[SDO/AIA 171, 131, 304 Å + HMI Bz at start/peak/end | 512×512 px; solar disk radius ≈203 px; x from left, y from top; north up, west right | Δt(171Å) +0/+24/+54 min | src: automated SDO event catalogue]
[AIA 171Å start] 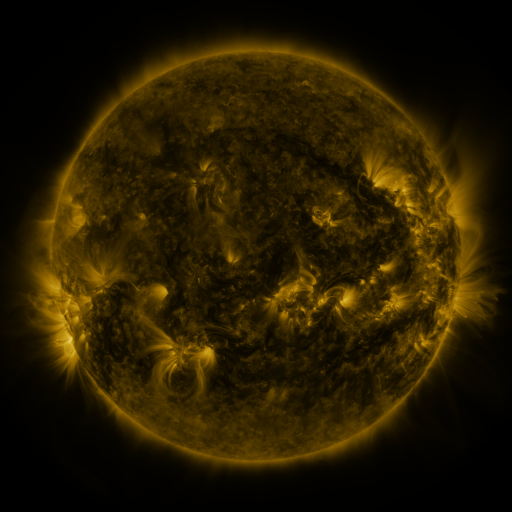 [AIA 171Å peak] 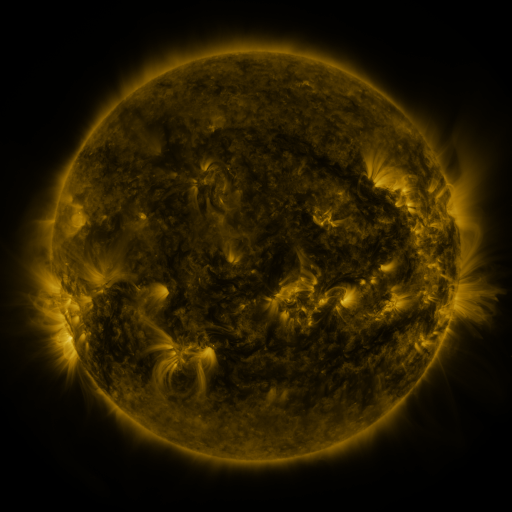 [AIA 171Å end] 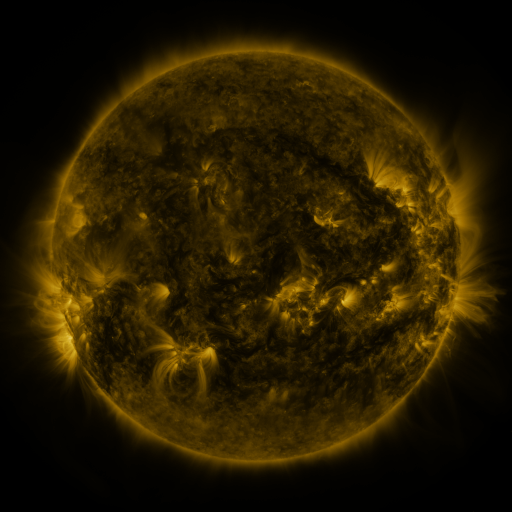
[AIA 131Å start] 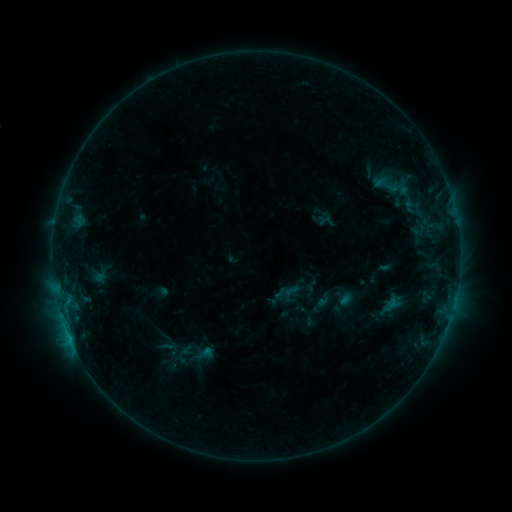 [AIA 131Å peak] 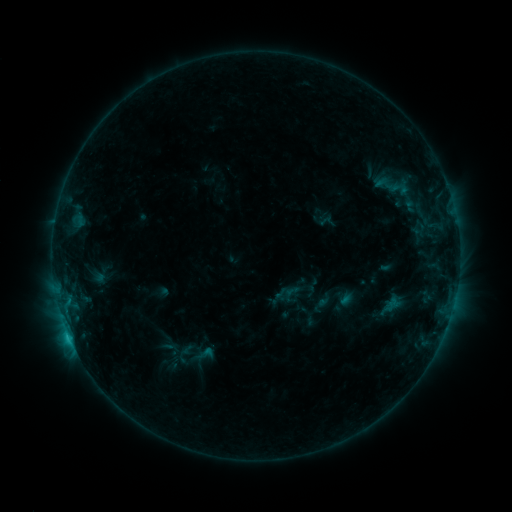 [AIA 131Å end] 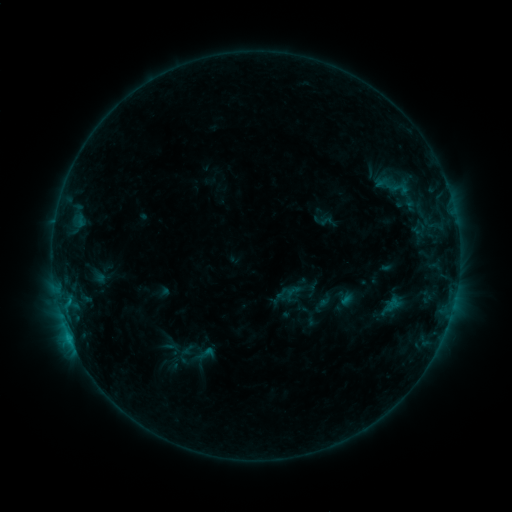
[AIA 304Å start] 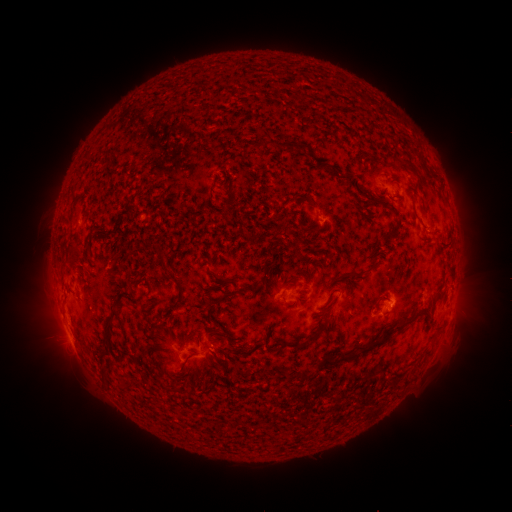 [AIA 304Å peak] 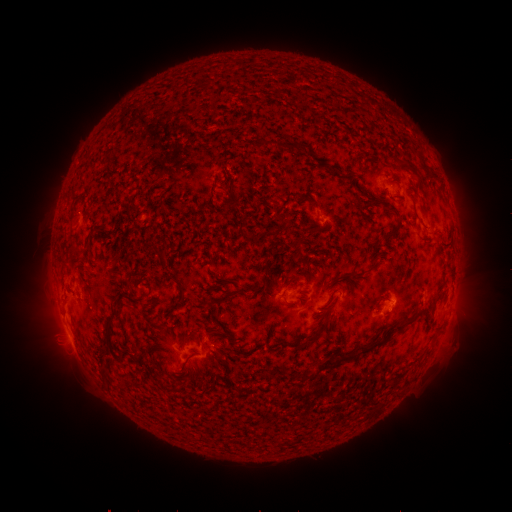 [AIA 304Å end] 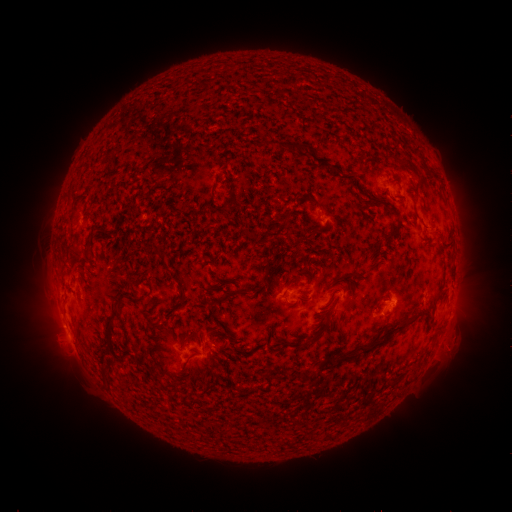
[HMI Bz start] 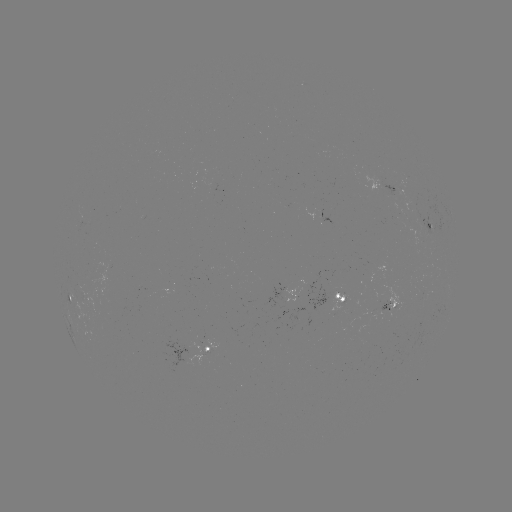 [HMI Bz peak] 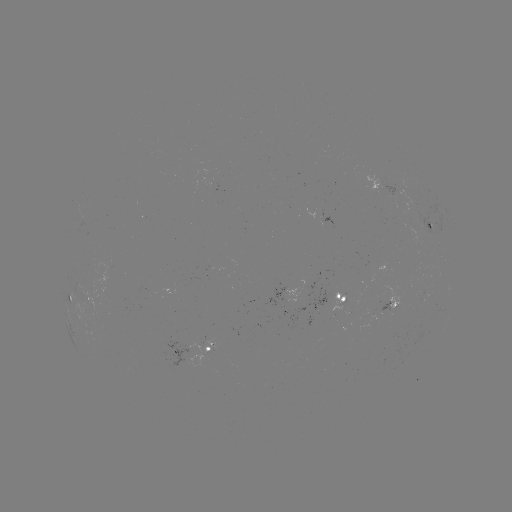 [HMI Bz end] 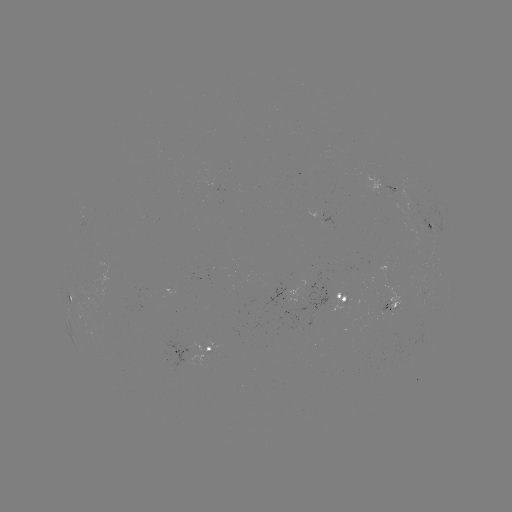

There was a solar flare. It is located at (69, 334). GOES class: B8.9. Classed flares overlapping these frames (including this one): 1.